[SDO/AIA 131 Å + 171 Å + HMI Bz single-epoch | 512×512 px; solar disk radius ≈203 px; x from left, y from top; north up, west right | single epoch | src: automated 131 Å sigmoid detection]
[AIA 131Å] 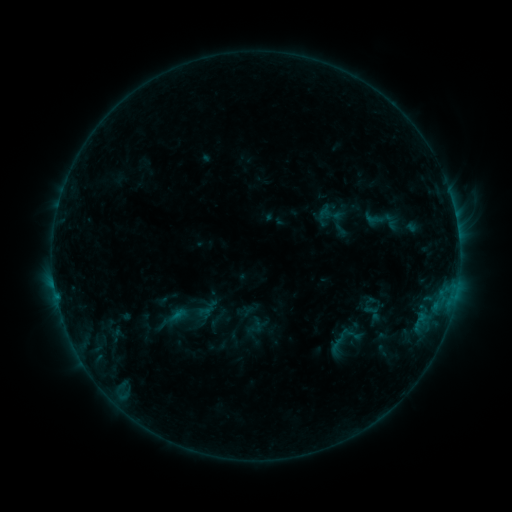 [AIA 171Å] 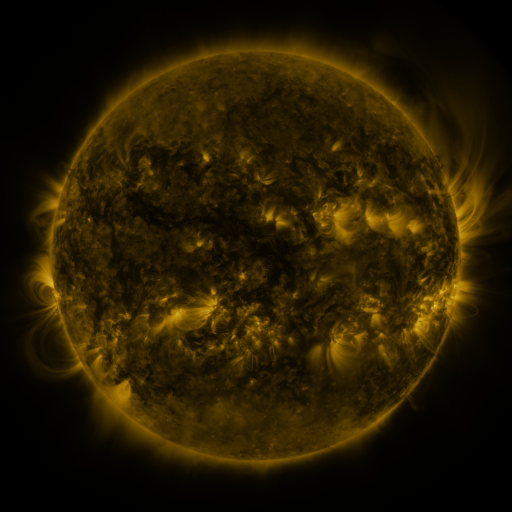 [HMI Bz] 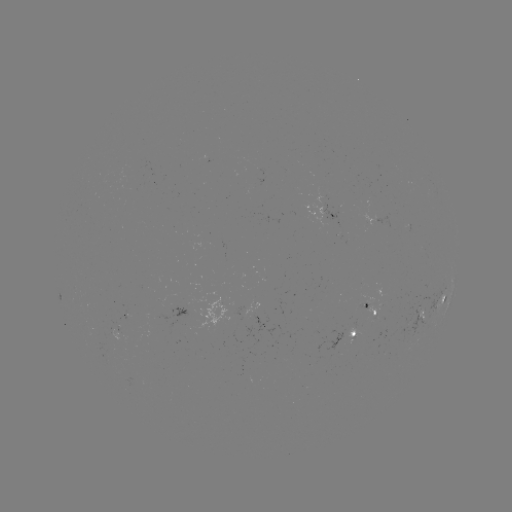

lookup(sigmoid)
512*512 383,220